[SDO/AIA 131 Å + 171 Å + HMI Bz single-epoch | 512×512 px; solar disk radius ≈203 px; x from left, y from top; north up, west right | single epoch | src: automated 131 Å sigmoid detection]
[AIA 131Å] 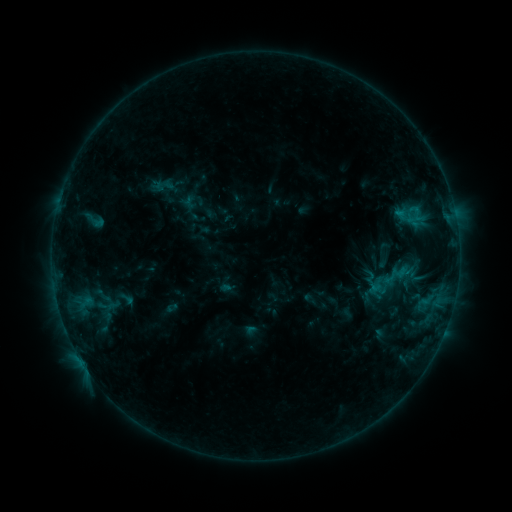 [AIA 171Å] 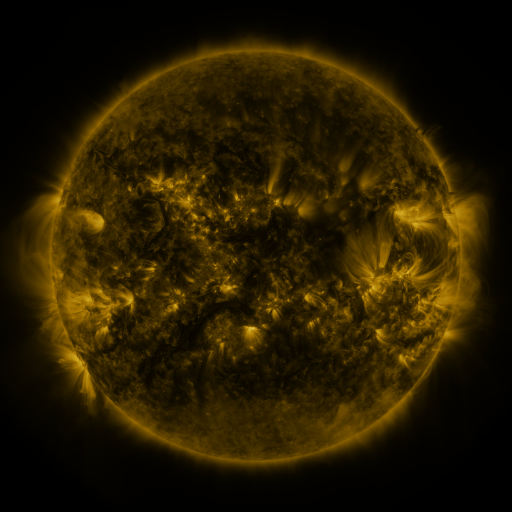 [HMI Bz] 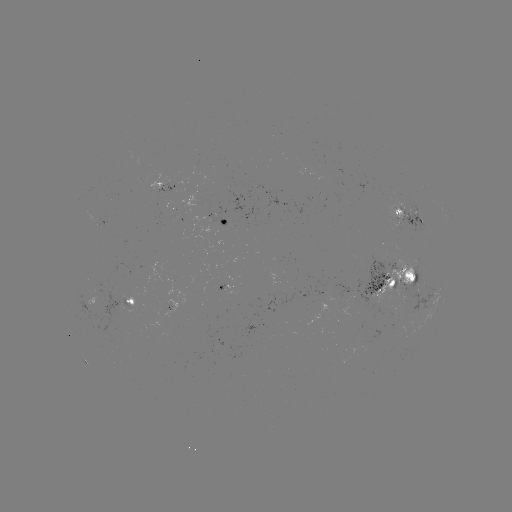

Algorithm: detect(sigmoid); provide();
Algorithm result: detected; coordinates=164,185